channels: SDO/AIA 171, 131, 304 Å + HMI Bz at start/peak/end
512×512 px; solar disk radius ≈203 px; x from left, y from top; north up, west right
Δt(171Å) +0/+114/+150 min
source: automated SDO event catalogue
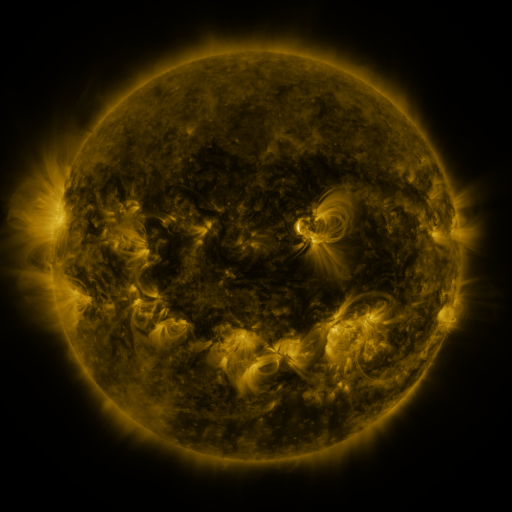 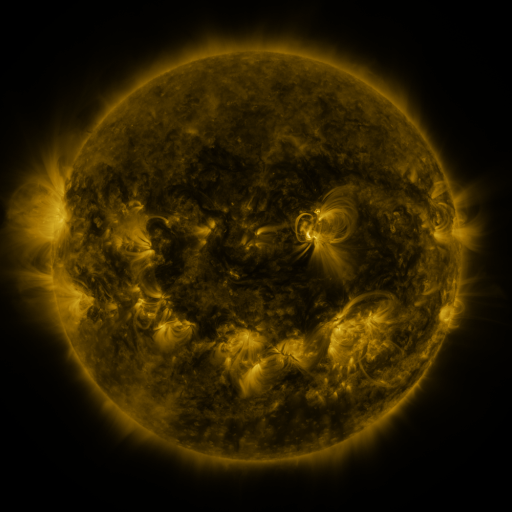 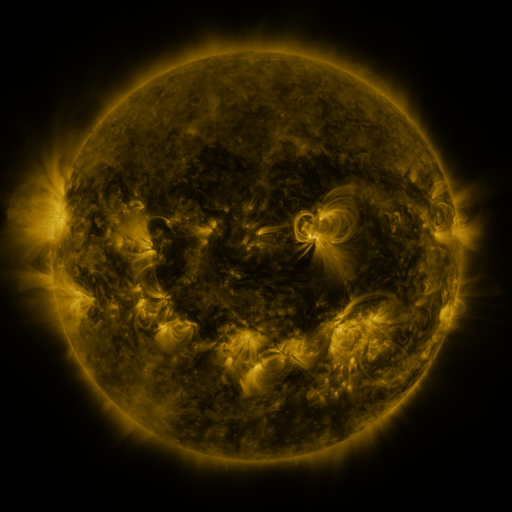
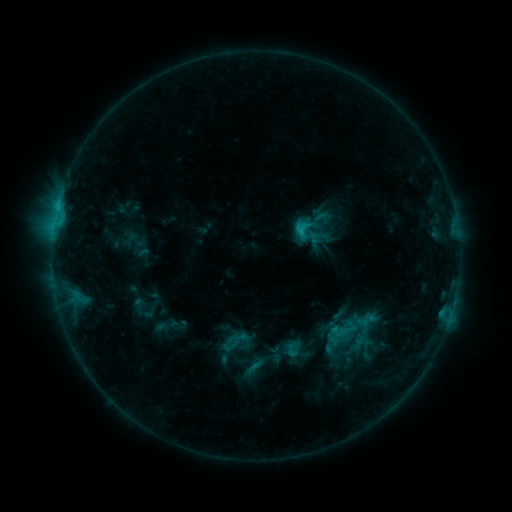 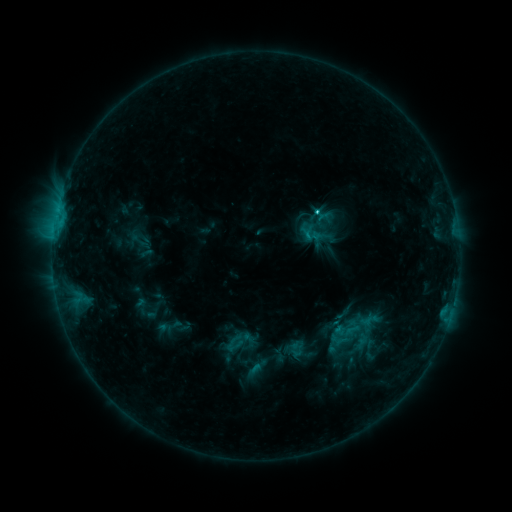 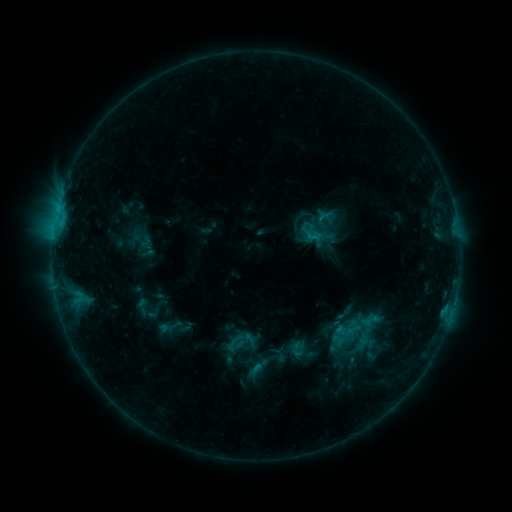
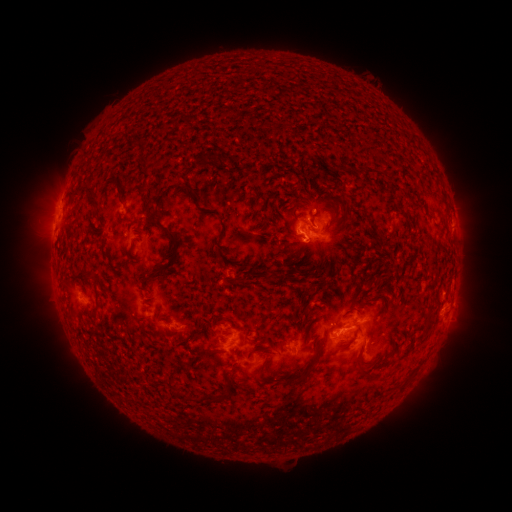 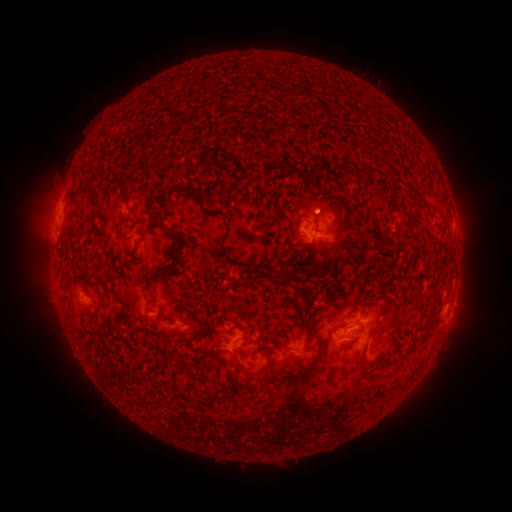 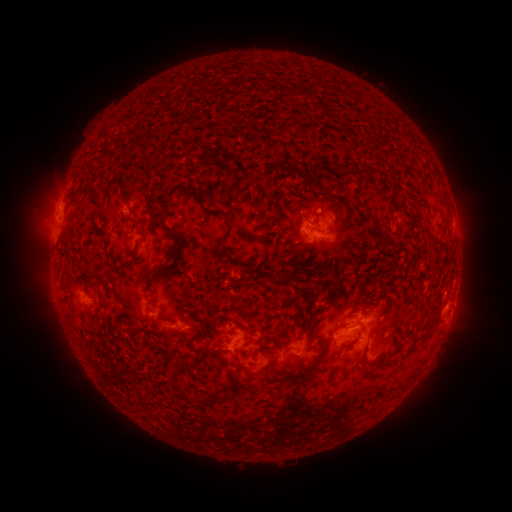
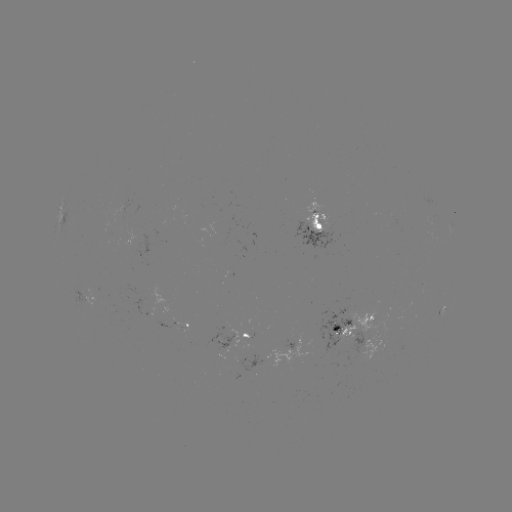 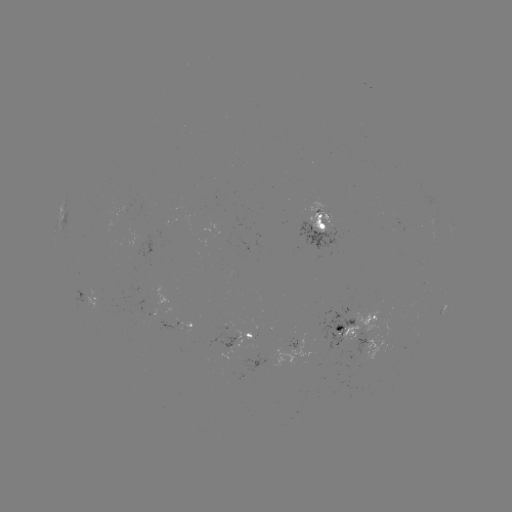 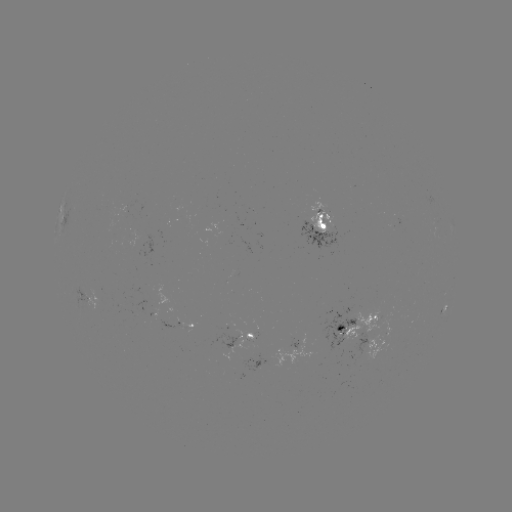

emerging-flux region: (158, 321, 179, 330)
